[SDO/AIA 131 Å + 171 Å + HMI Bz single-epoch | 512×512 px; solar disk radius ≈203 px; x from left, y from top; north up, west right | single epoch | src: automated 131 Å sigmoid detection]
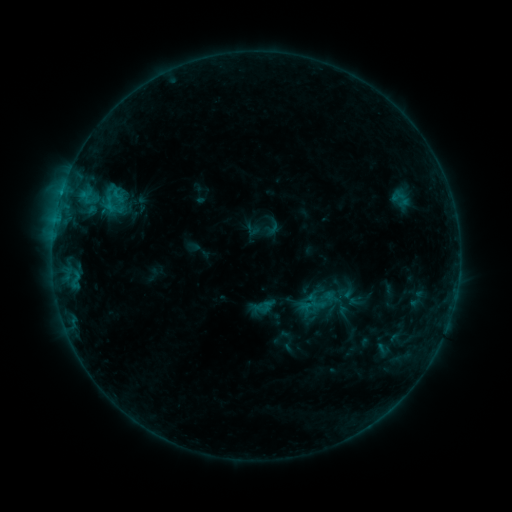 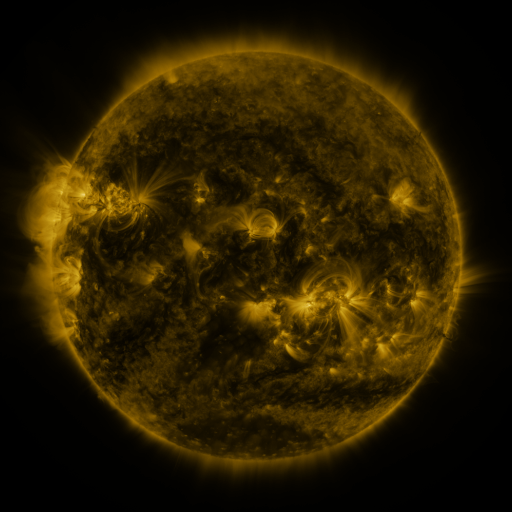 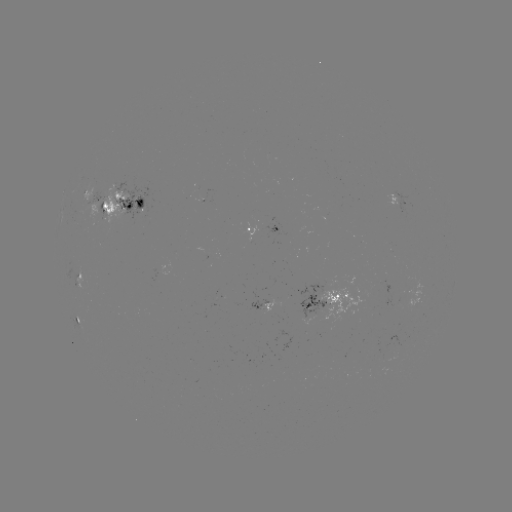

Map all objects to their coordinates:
sigmoid: <bbox>109, 187, 126, 204</bbox>
sigmoid: <bbox>335, 280, 356, 303</bbox>
